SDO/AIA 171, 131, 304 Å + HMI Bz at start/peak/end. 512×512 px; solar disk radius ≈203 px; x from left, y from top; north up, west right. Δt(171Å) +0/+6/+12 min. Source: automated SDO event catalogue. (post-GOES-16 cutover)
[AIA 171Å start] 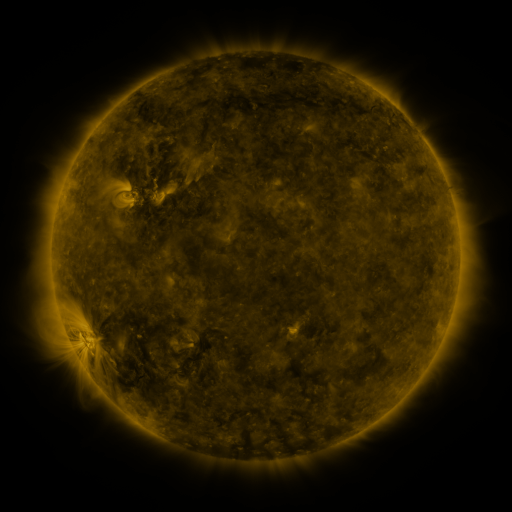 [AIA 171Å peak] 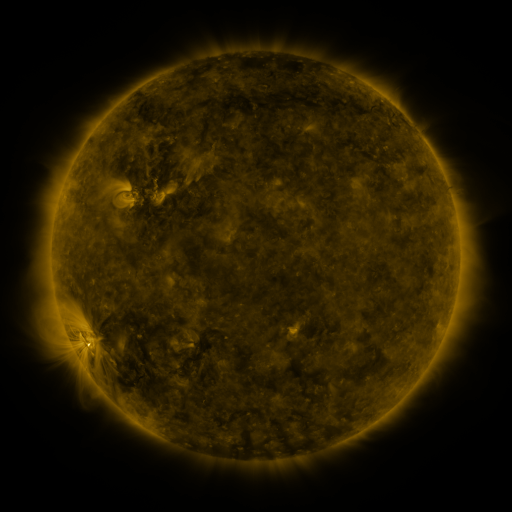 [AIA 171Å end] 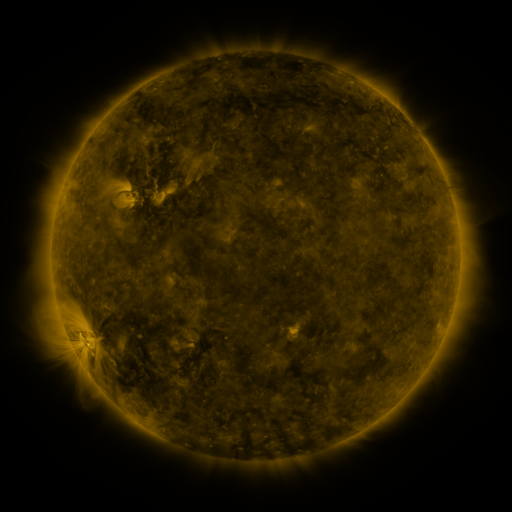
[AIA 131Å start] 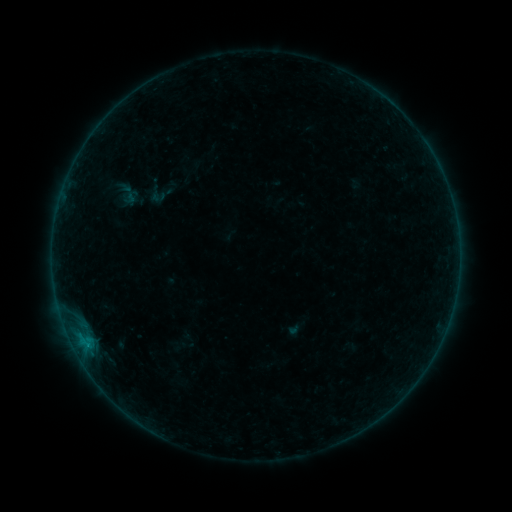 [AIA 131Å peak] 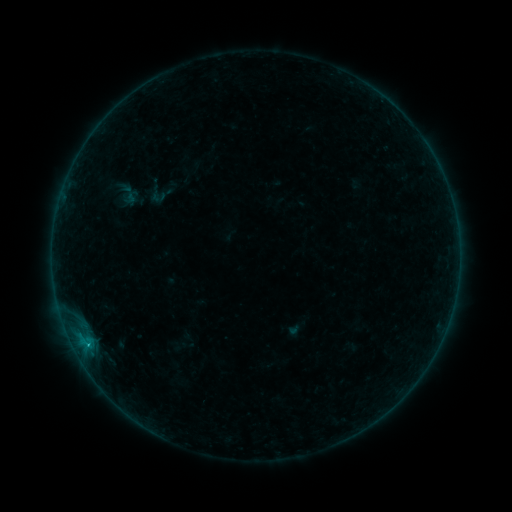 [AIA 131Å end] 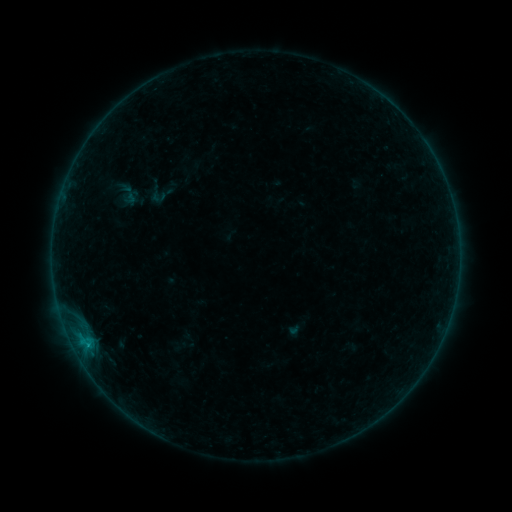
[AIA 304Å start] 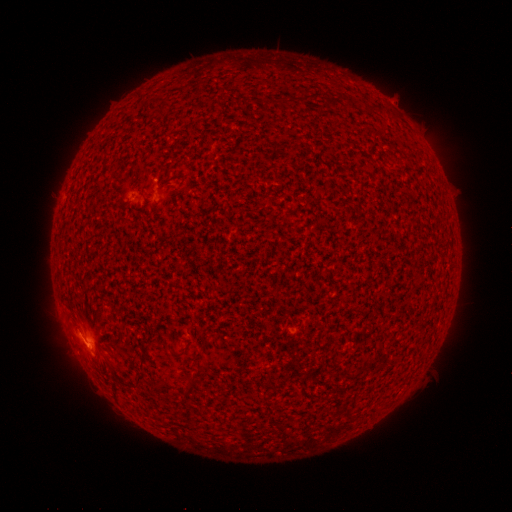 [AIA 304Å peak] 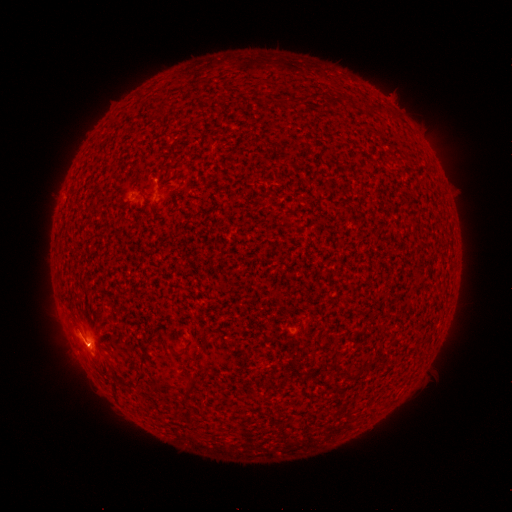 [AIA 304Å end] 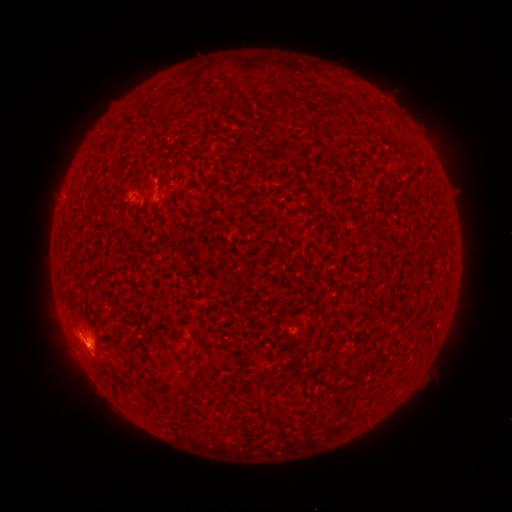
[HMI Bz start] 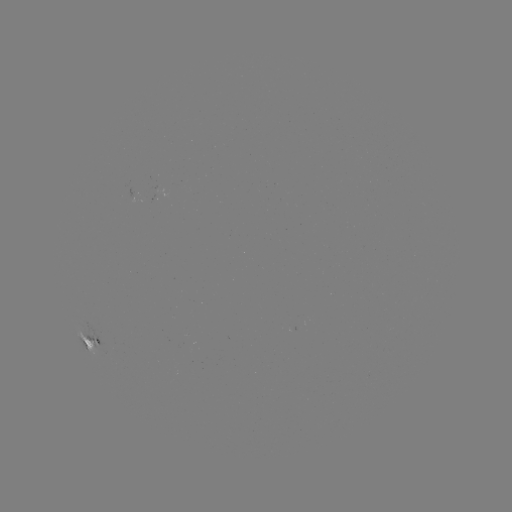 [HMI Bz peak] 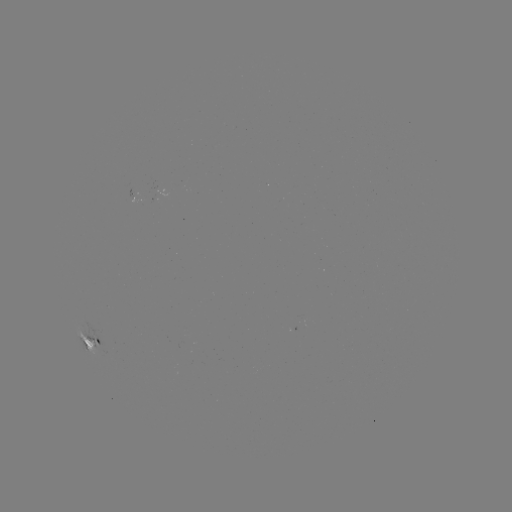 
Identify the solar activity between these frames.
B4.5 flare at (88, 344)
